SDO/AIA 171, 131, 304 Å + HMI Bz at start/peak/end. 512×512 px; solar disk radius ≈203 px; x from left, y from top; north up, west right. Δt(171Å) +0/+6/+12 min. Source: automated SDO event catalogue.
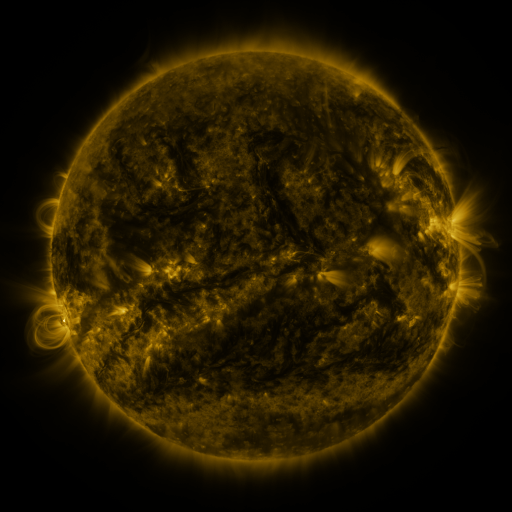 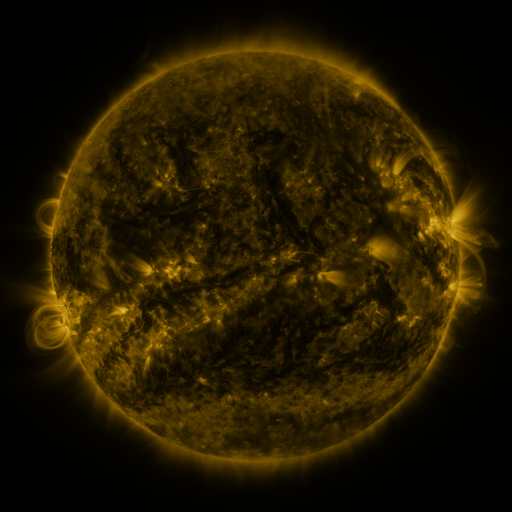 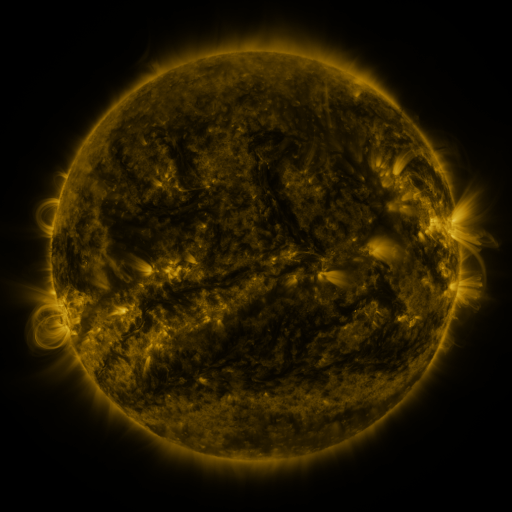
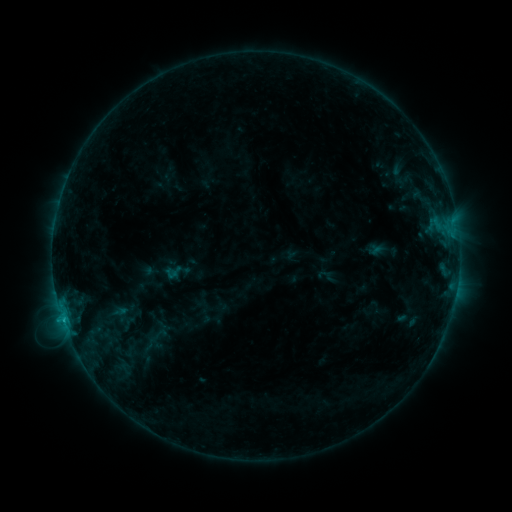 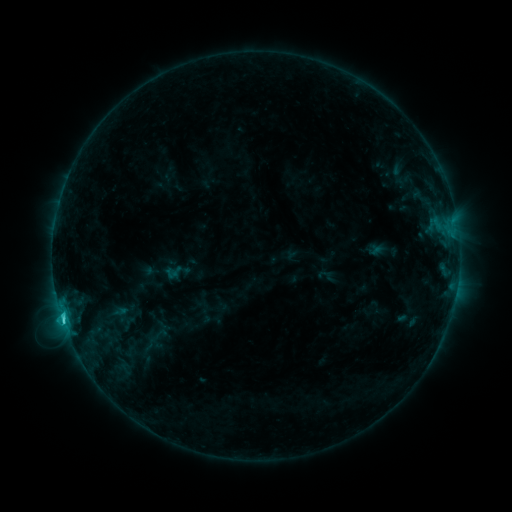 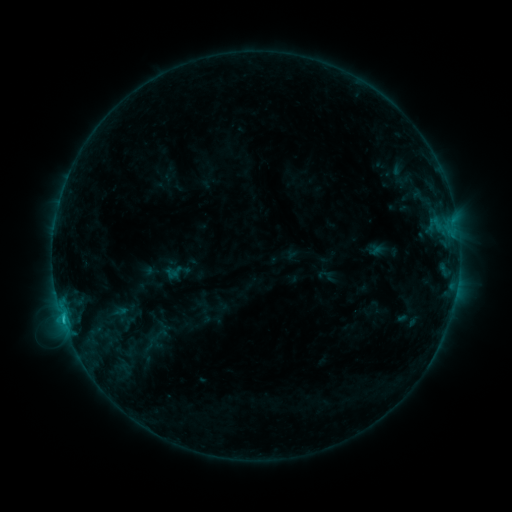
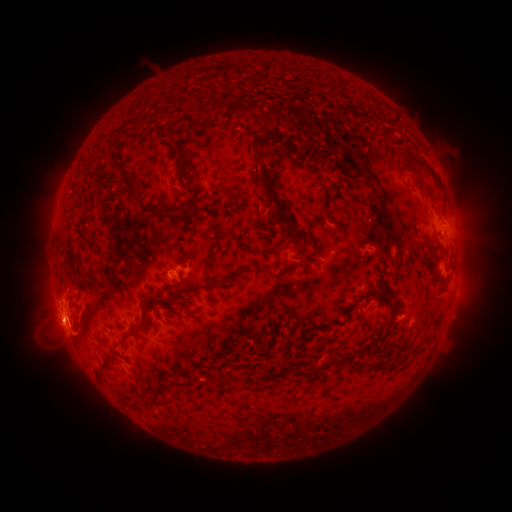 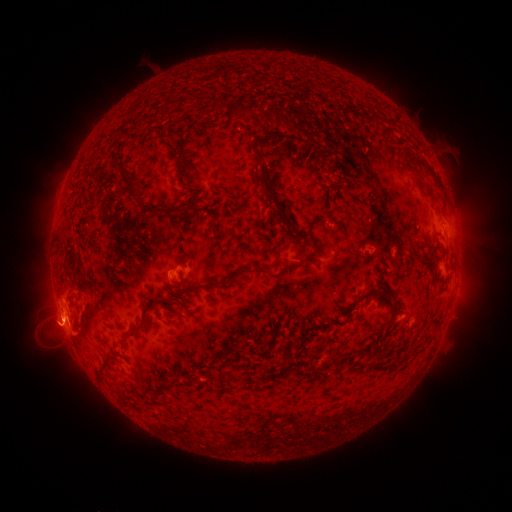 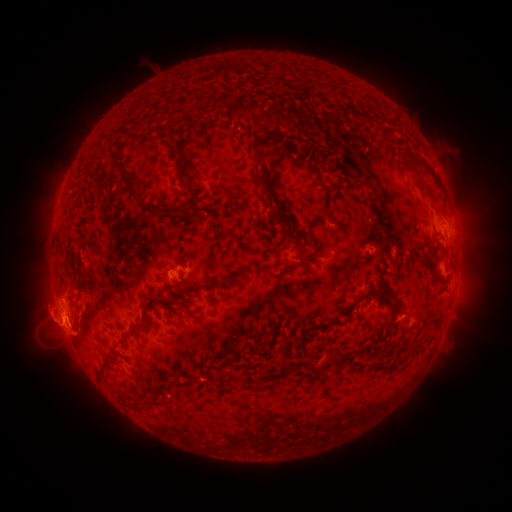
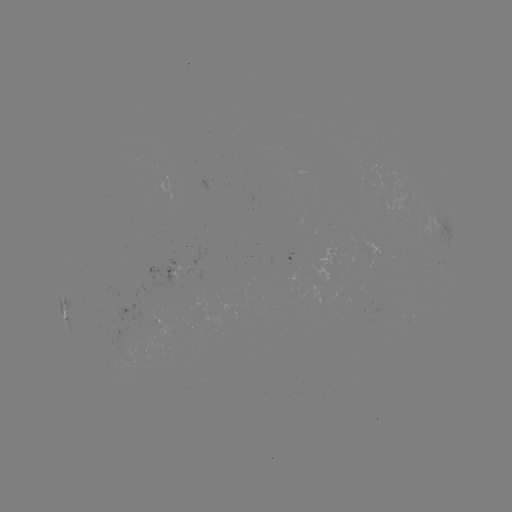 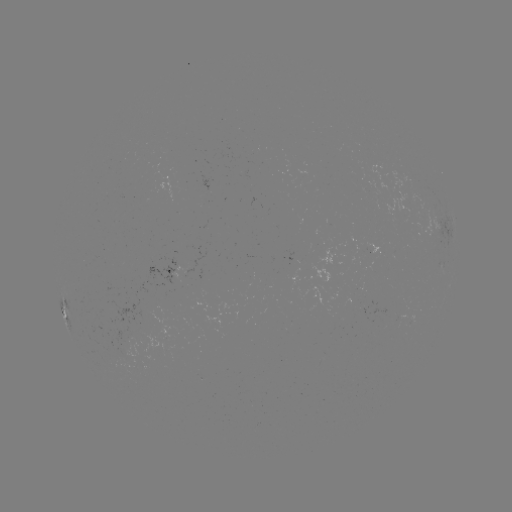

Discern C2.2 flare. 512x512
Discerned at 62,317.